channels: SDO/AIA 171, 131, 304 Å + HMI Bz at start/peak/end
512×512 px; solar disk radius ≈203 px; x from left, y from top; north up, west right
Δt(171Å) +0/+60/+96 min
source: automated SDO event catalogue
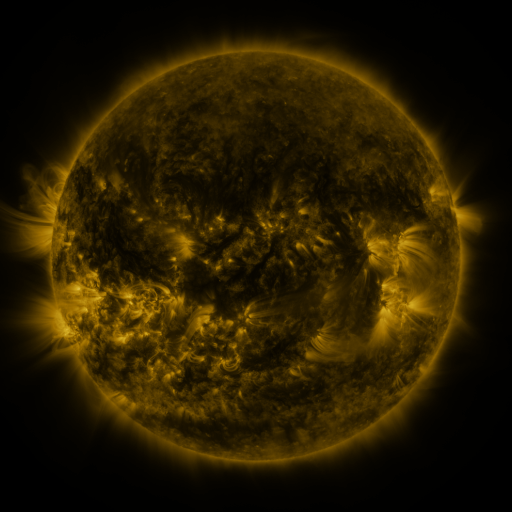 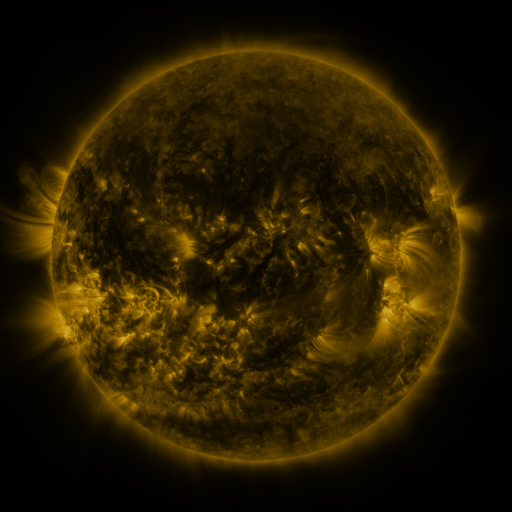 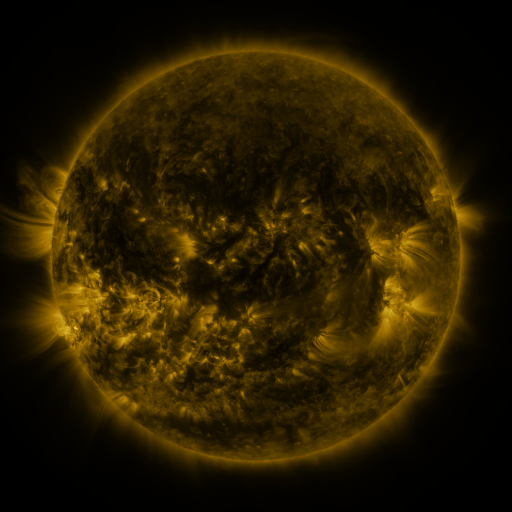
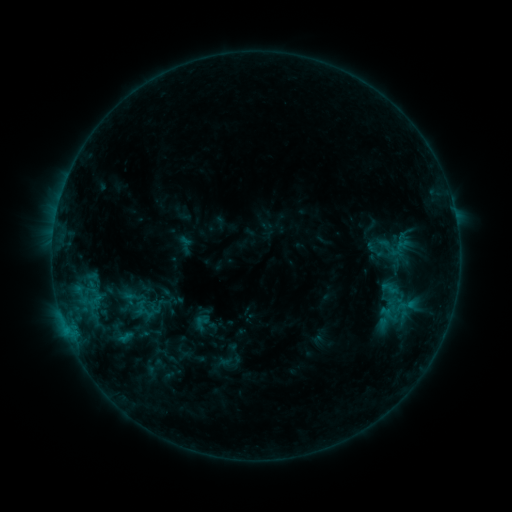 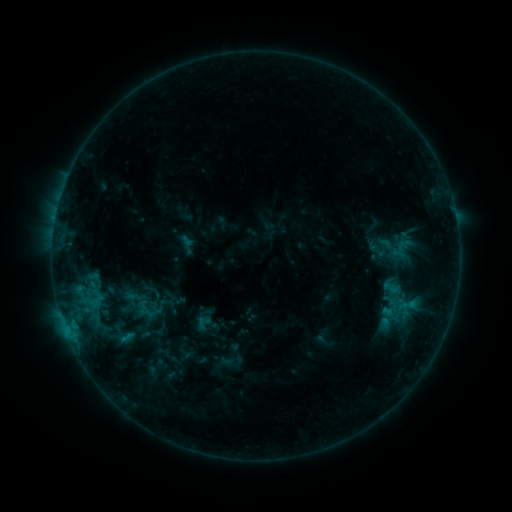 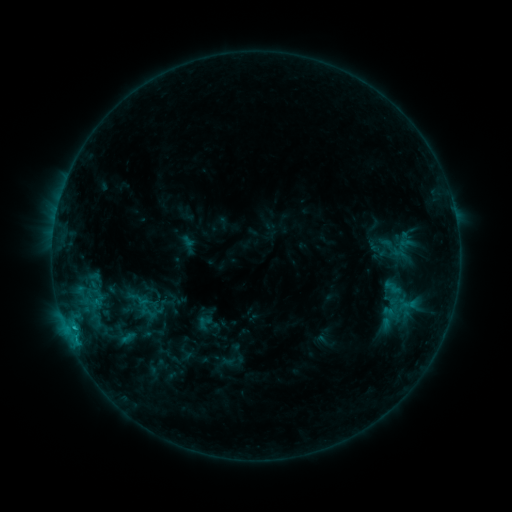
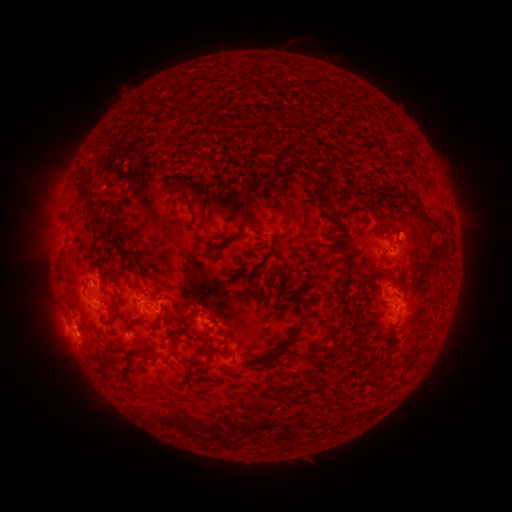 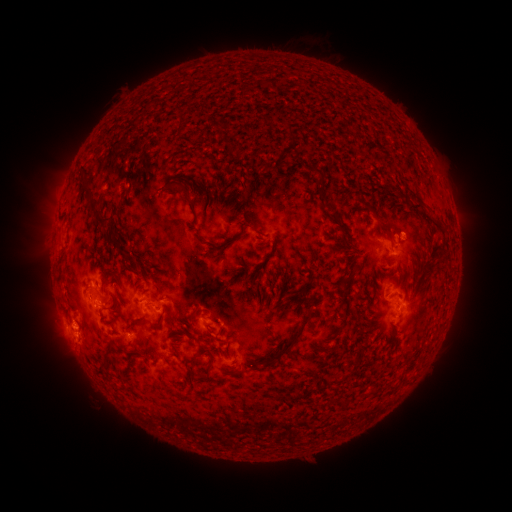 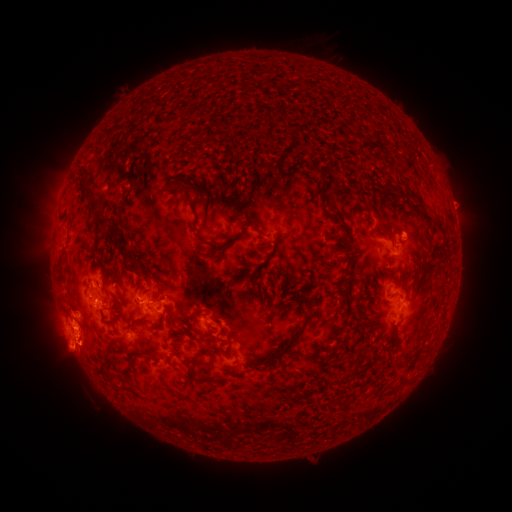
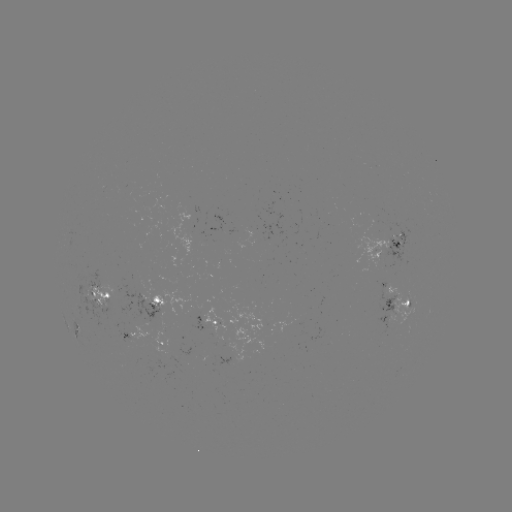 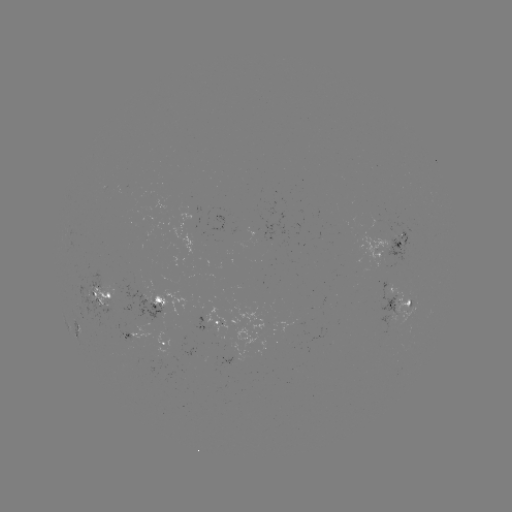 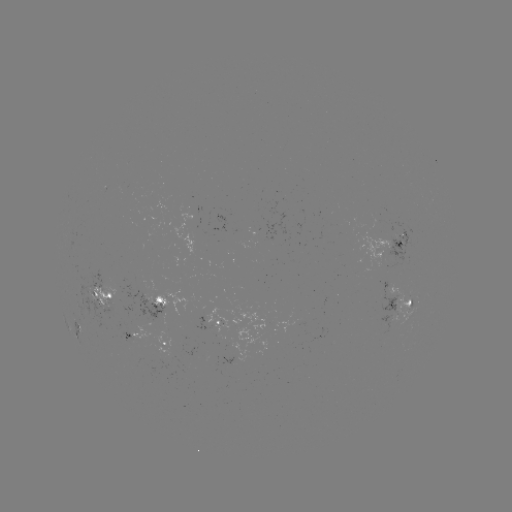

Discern emerging-flux region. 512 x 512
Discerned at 386,234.